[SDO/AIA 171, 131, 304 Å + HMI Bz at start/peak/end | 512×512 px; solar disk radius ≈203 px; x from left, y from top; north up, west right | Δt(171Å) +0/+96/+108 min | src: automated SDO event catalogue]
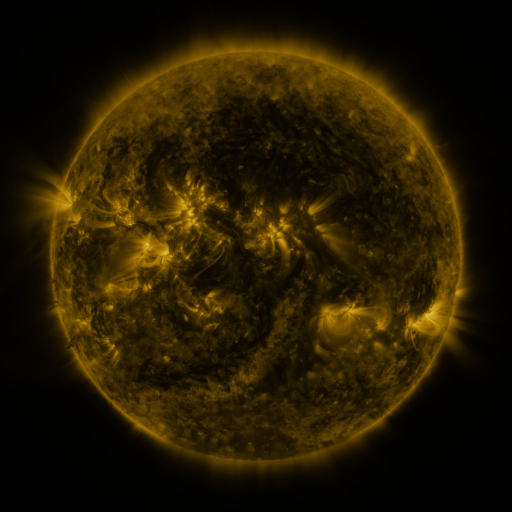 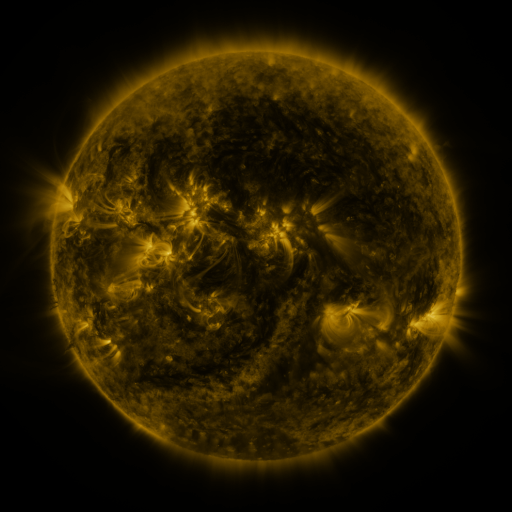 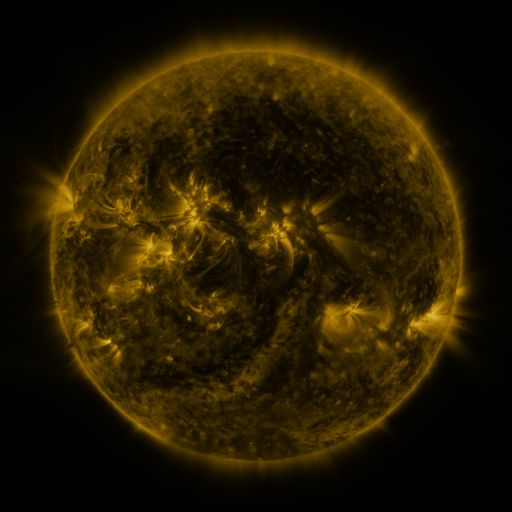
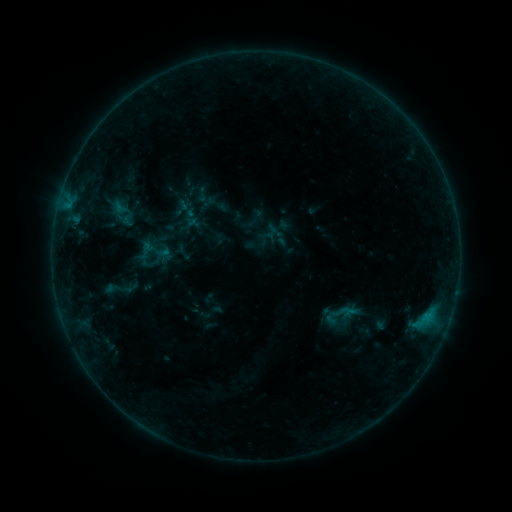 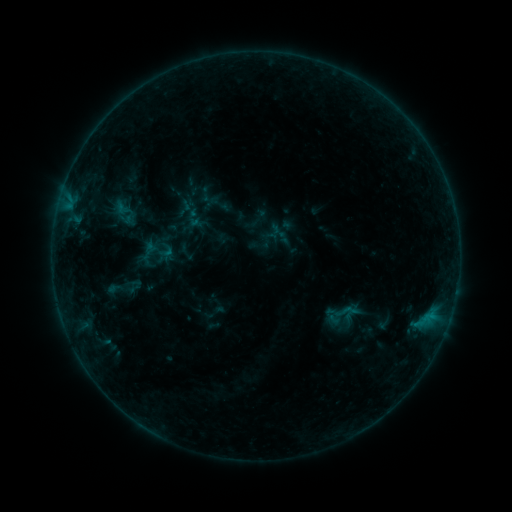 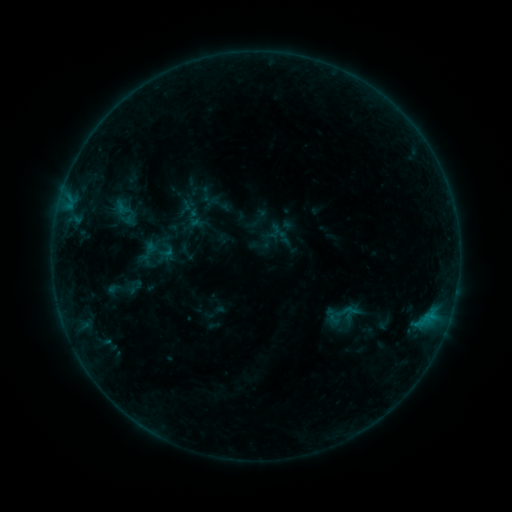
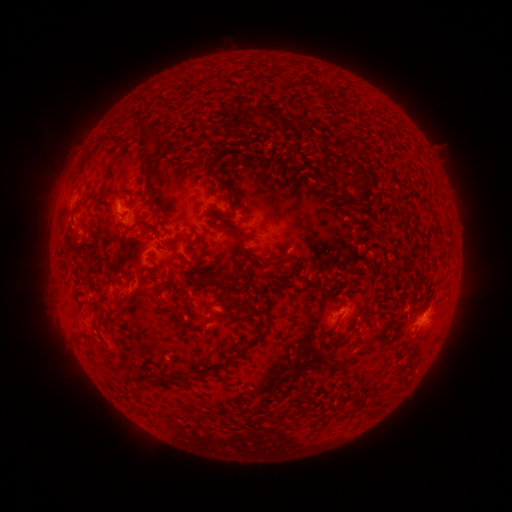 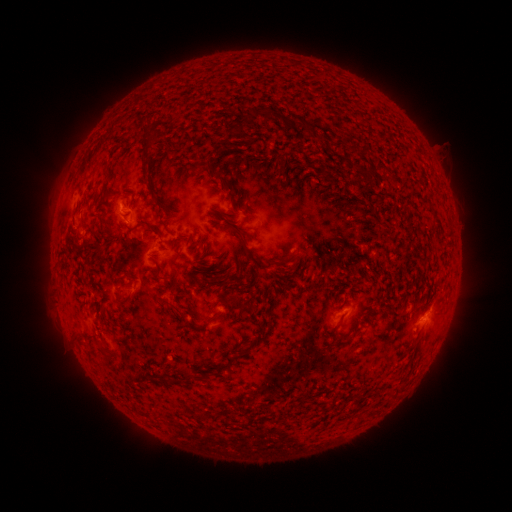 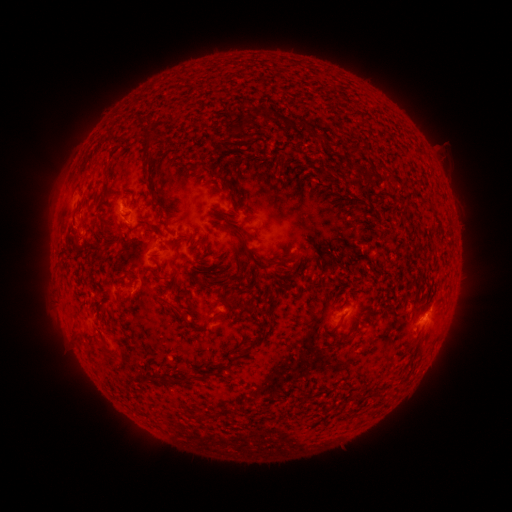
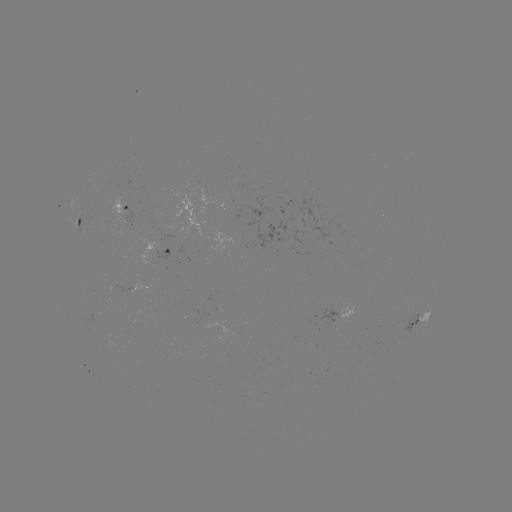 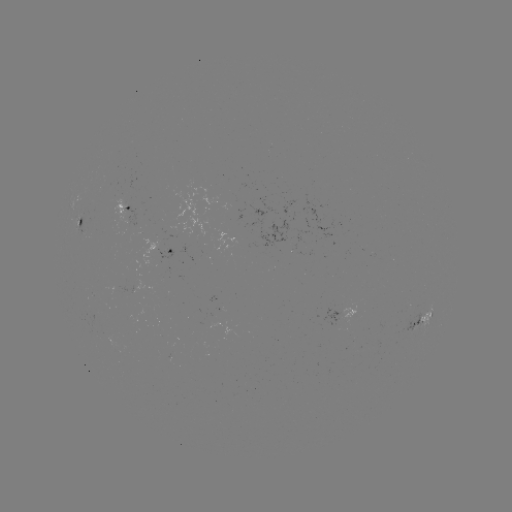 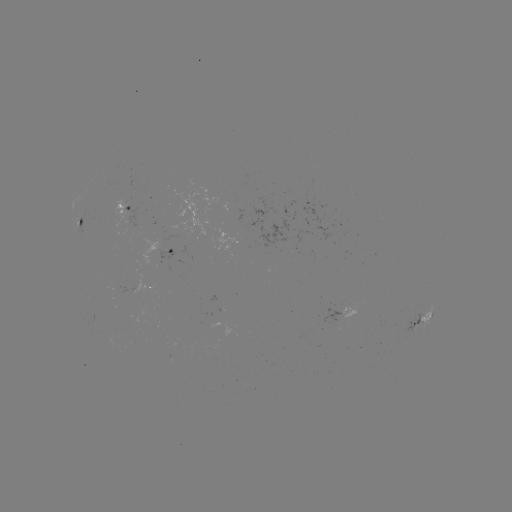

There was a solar emerging-flux region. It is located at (84, 227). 